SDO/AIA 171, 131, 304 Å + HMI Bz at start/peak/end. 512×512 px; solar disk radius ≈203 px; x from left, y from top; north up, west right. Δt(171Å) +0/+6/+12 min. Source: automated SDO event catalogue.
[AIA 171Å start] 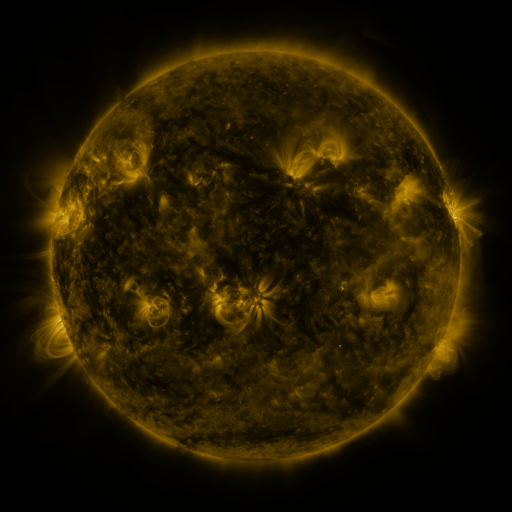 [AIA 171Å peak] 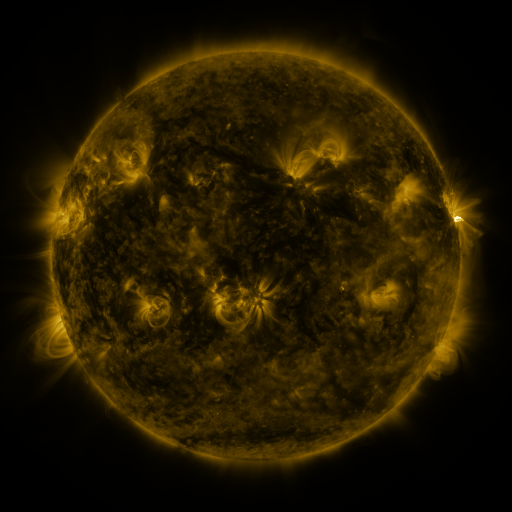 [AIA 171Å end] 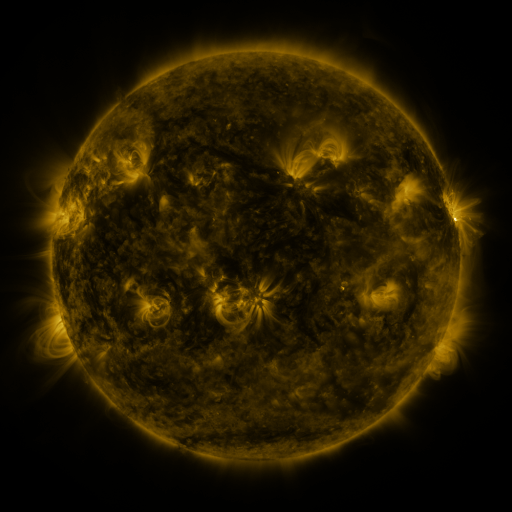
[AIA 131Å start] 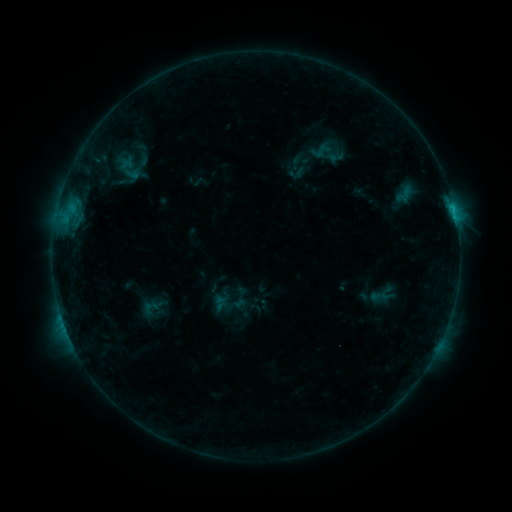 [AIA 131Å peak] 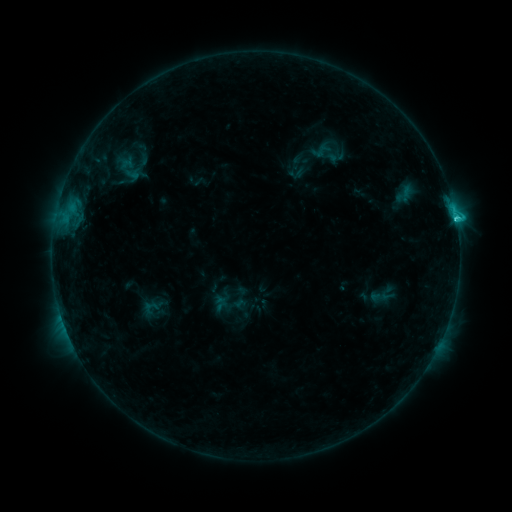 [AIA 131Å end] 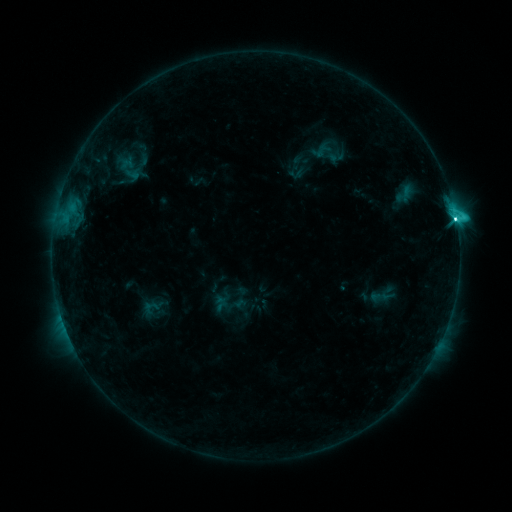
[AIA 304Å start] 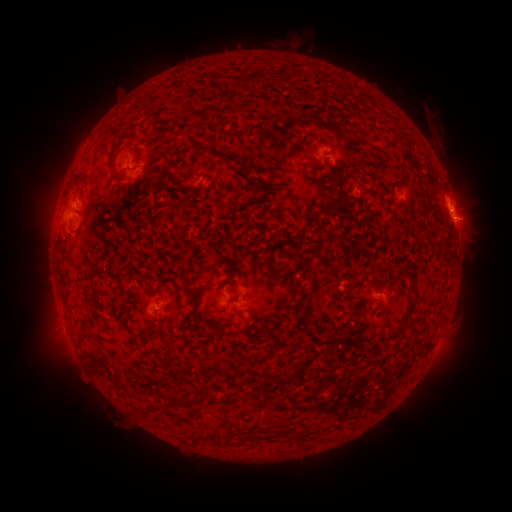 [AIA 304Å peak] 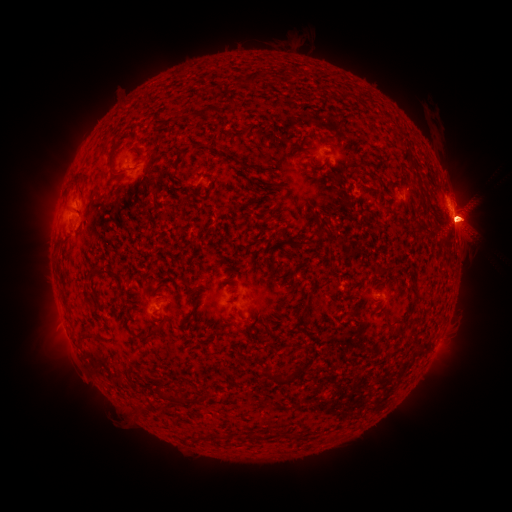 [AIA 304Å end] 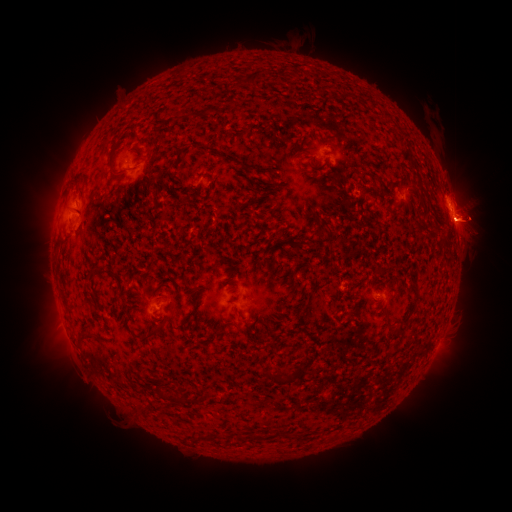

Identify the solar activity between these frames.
C7.0 flare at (455, 220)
